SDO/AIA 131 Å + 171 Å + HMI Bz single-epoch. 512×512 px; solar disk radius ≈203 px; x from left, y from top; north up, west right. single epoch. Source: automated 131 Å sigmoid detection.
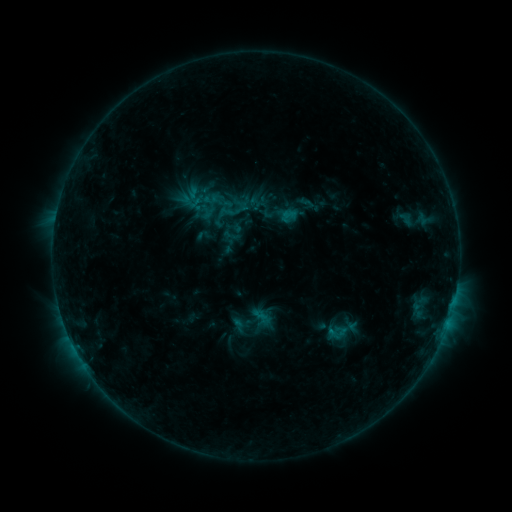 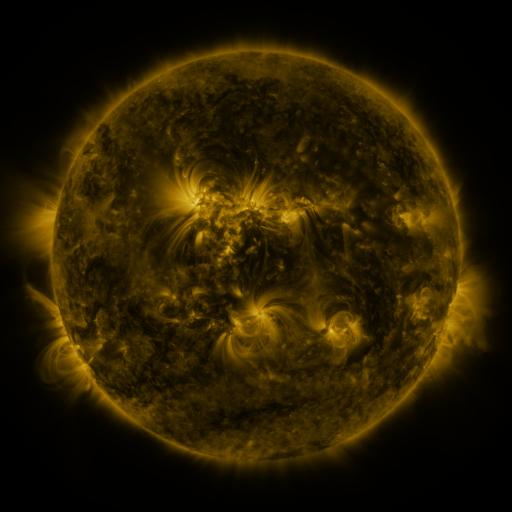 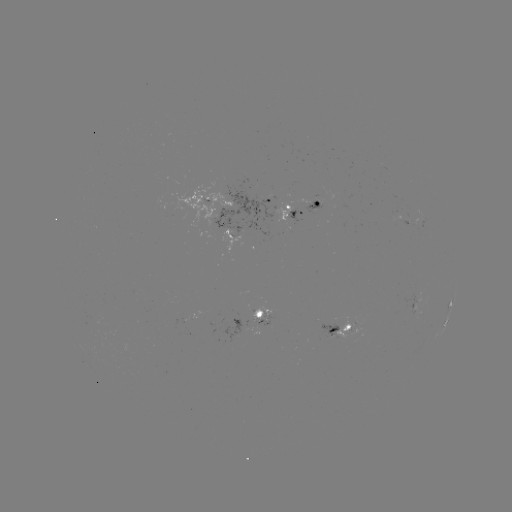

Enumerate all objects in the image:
sigmoid: (288, 215)
